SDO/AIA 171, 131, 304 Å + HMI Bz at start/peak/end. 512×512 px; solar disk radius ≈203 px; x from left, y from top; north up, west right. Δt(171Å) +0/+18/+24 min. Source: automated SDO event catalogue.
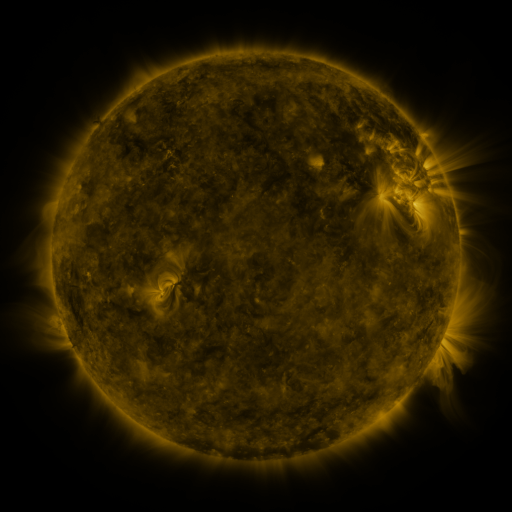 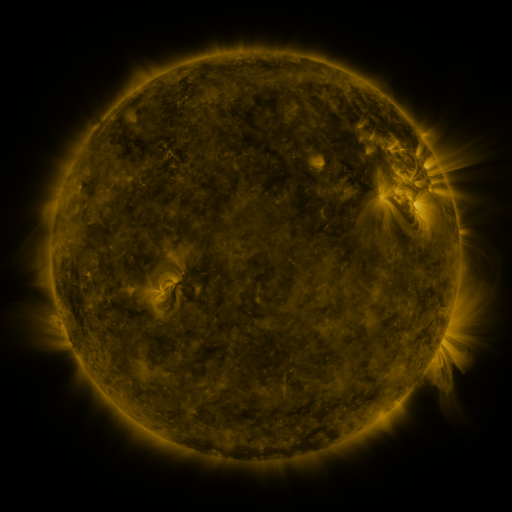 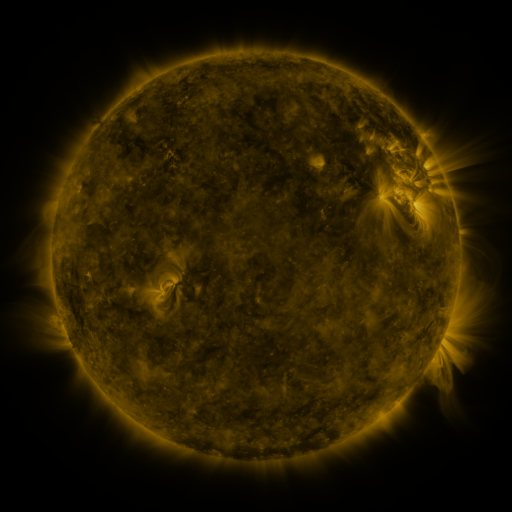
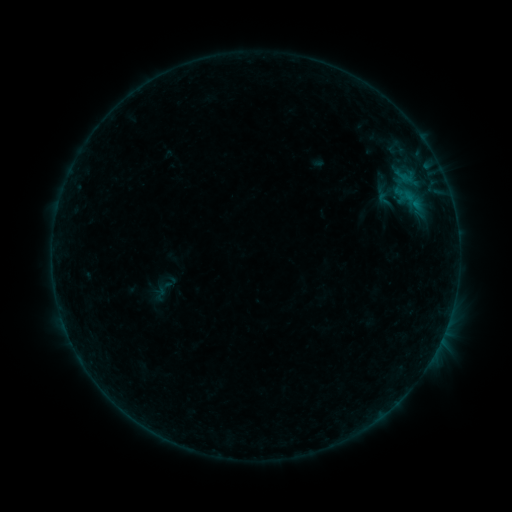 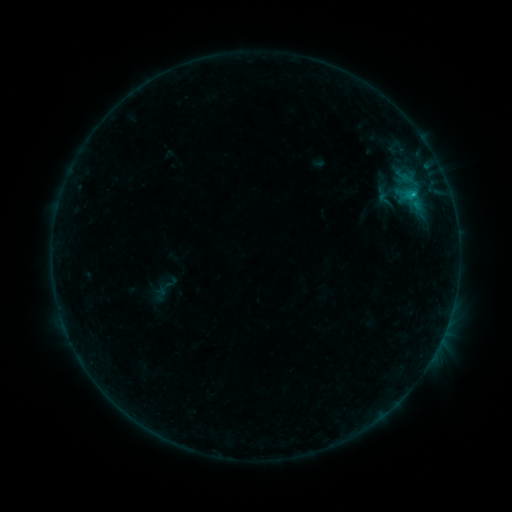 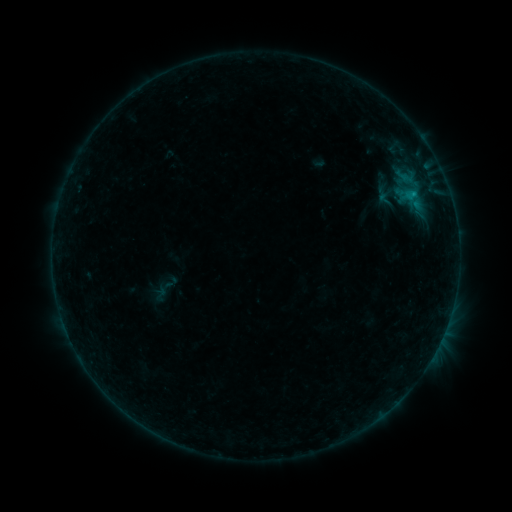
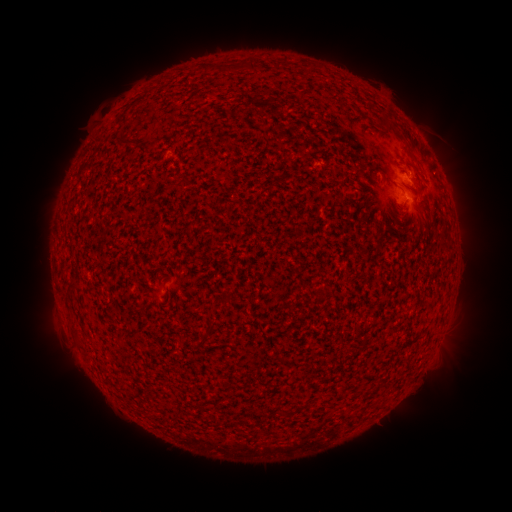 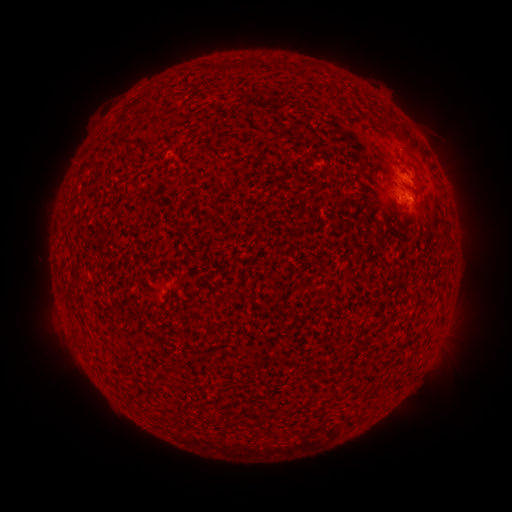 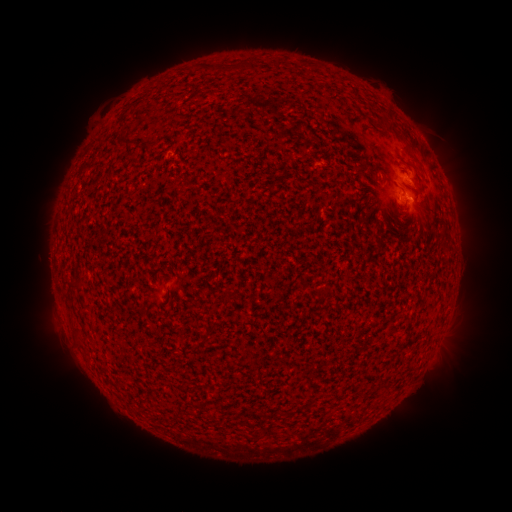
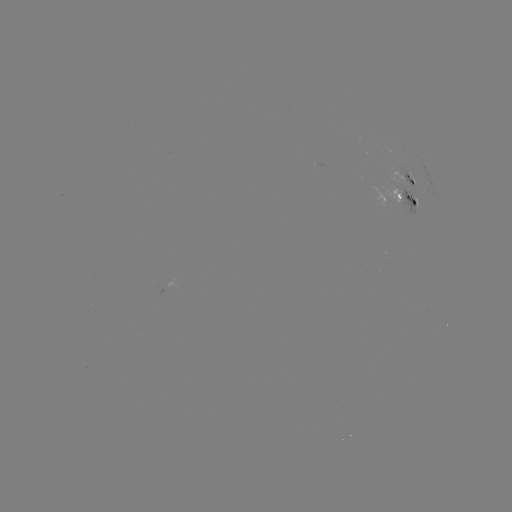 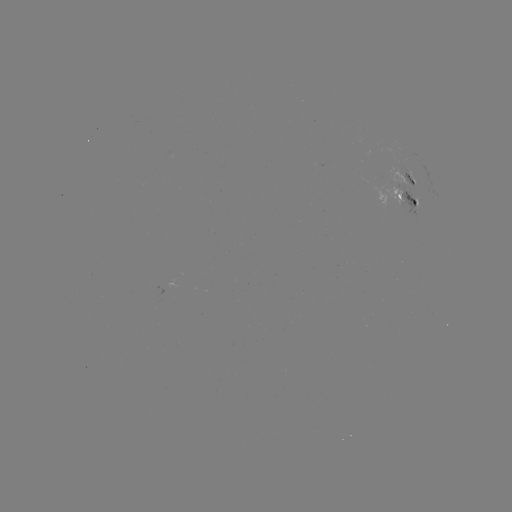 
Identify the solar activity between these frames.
B6.5 flare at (431, 355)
